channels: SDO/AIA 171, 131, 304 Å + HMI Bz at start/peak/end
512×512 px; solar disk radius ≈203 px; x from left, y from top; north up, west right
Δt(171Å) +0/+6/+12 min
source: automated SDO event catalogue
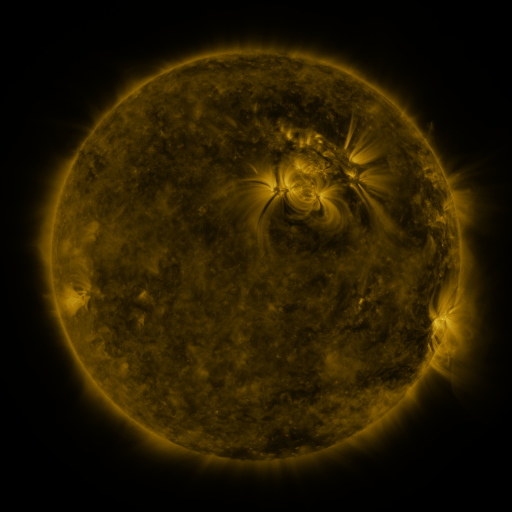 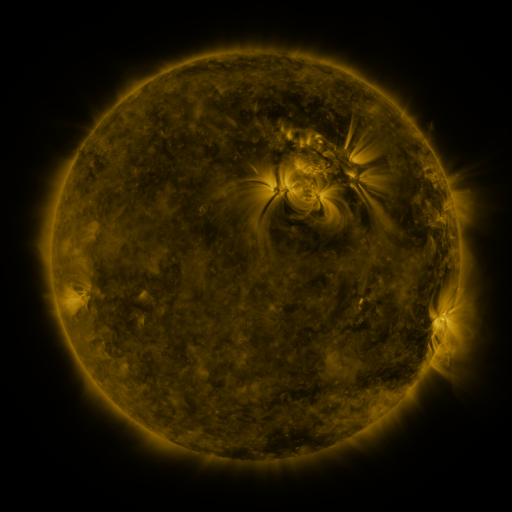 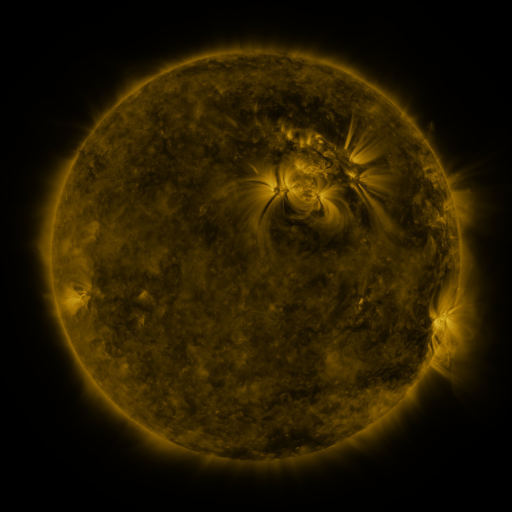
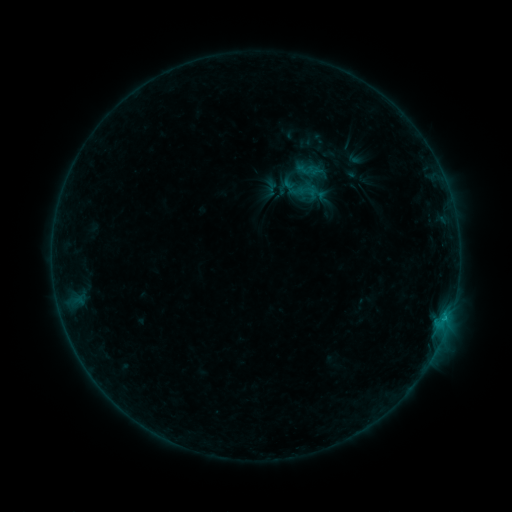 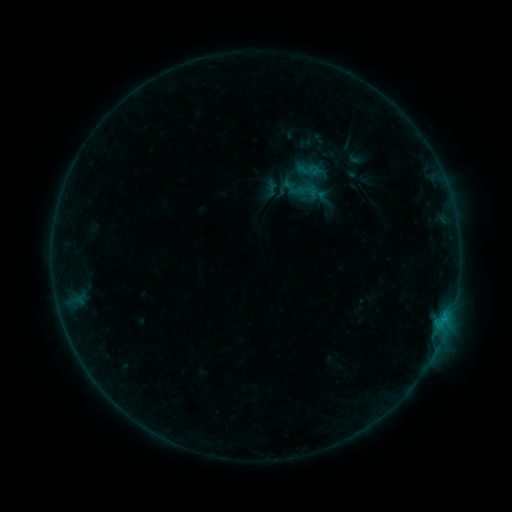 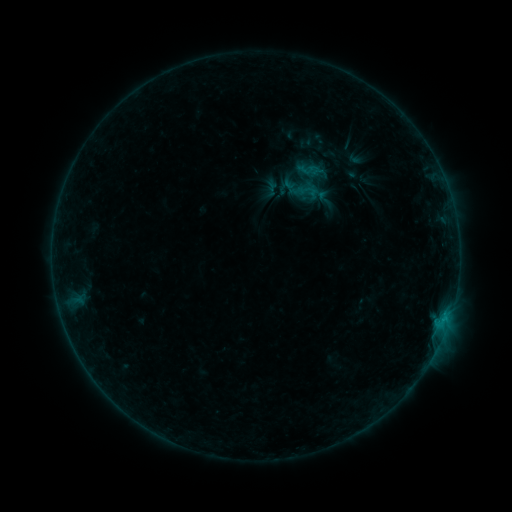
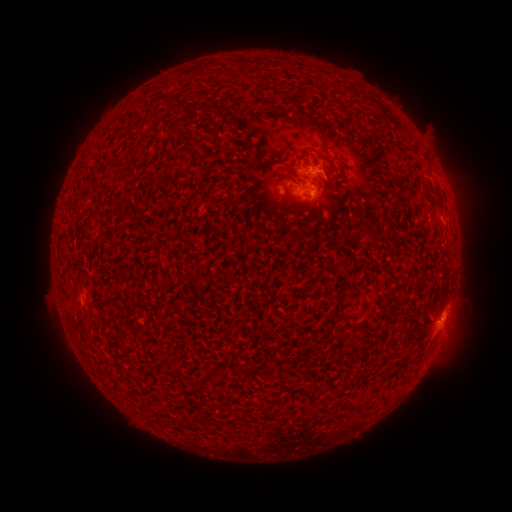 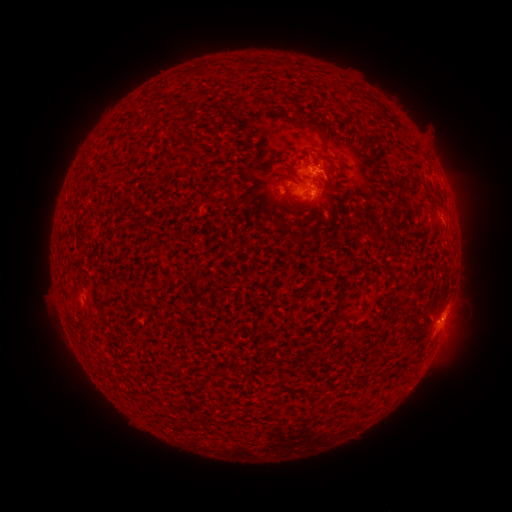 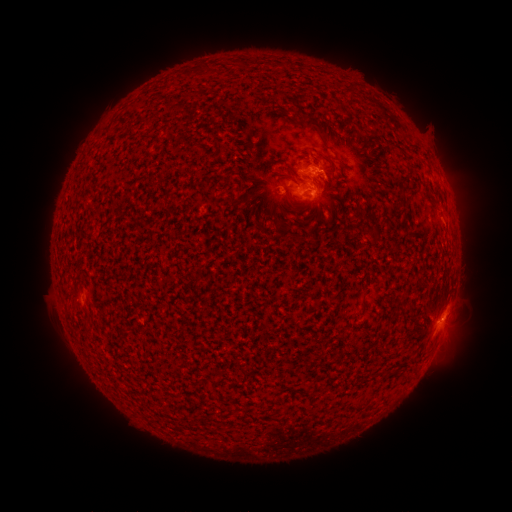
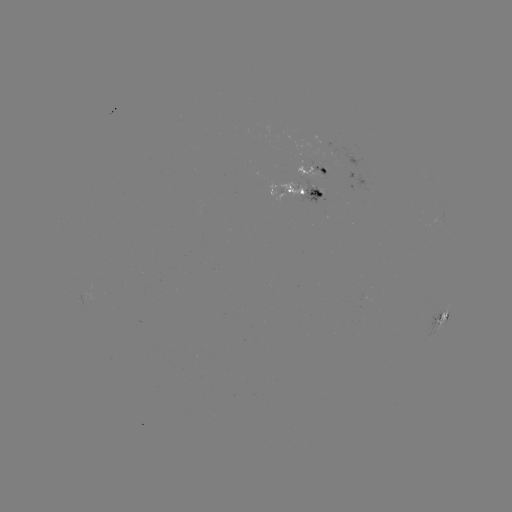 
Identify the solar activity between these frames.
no flare in any classed list; no EUV-trigger detection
